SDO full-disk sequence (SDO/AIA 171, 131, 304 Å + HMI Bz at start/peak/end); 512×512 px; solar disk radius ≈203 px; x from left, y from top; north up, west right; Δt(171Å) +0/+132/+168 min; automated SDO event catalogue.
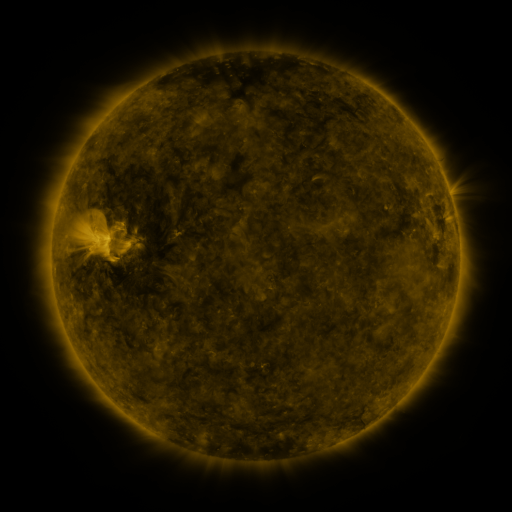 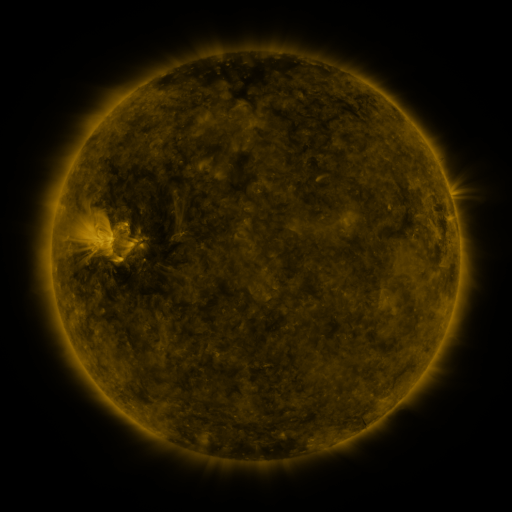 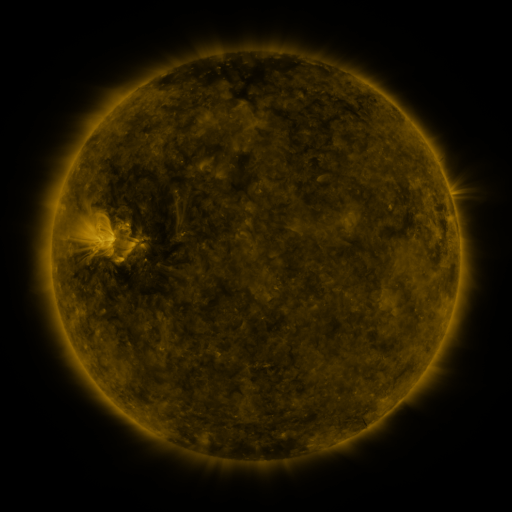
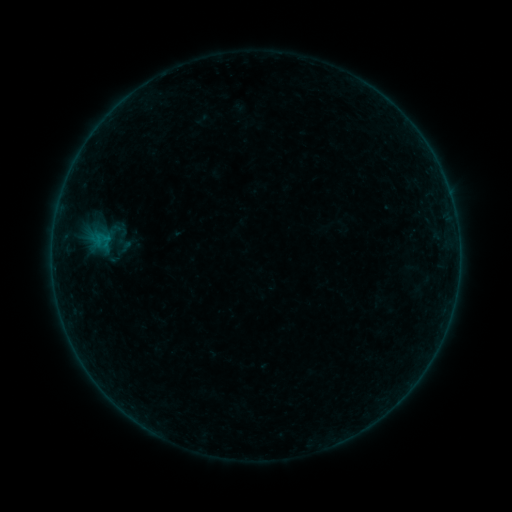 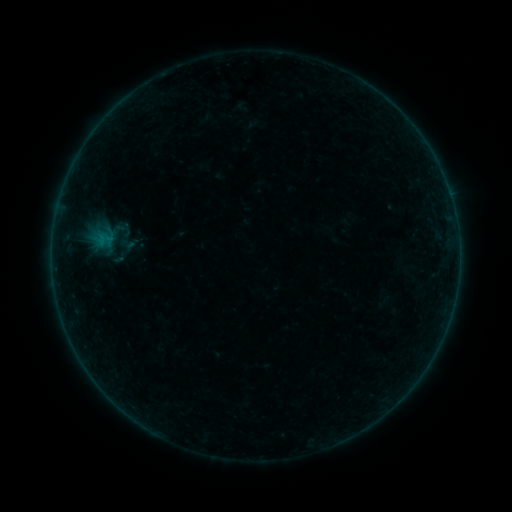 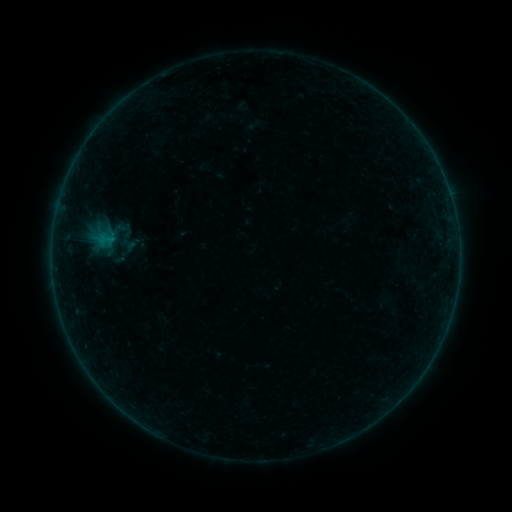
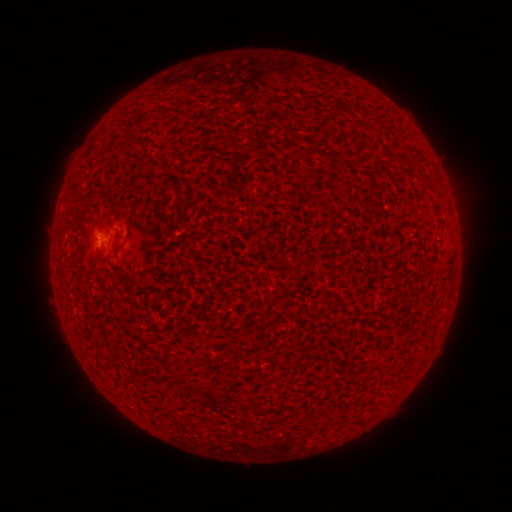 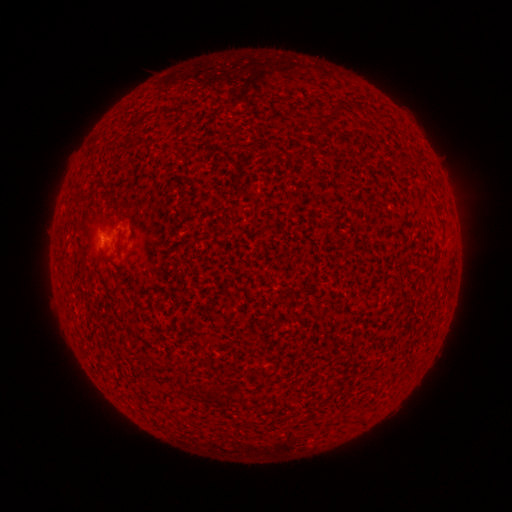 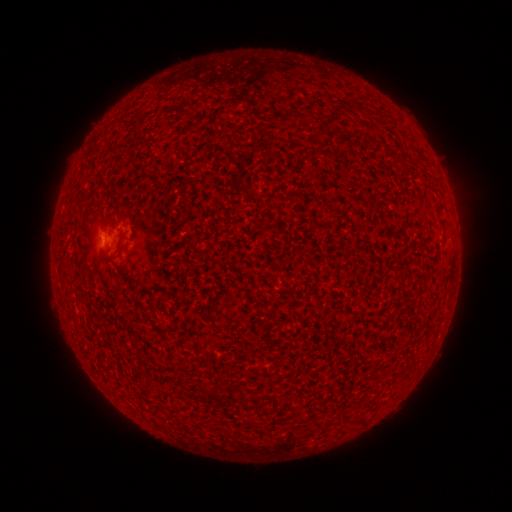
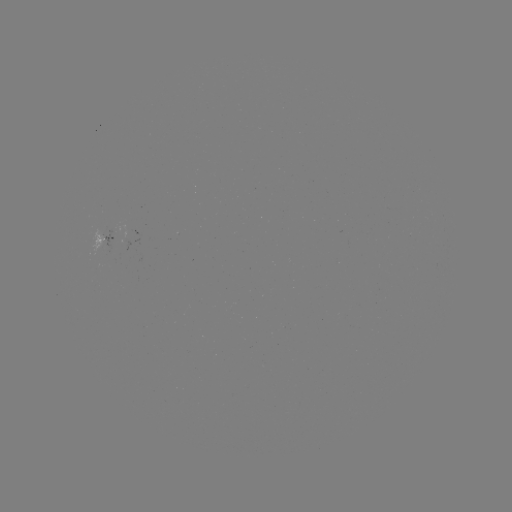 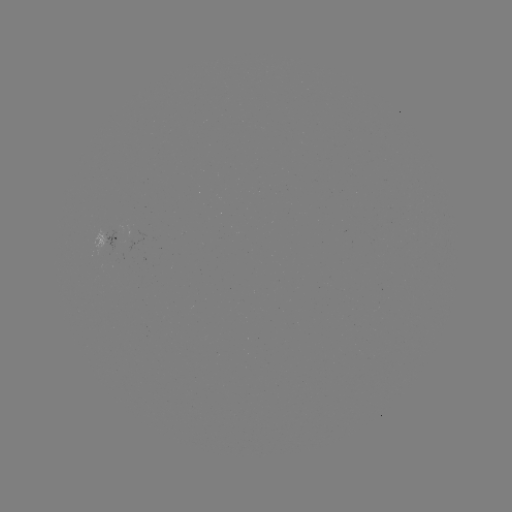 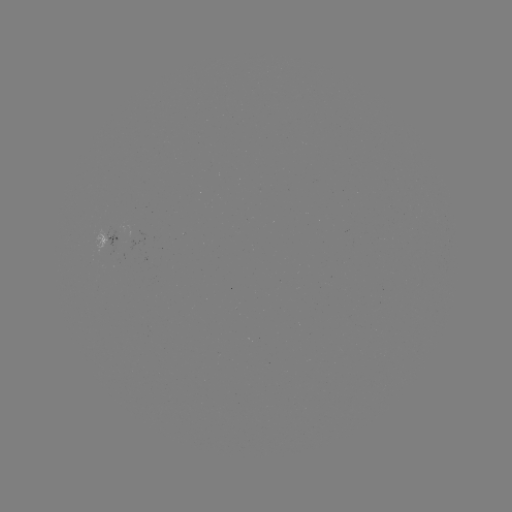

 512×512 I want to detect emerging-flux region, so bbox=[93, 228, 106, 255].